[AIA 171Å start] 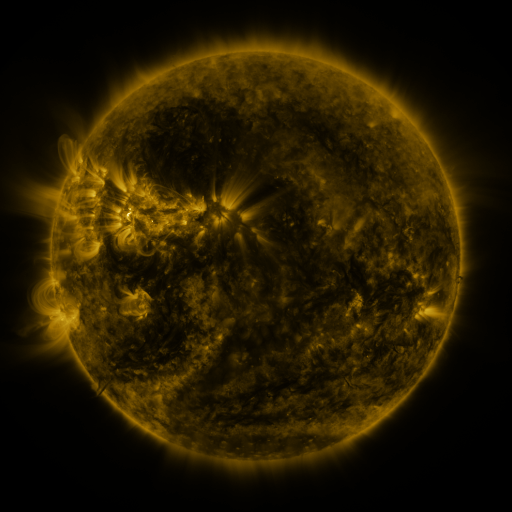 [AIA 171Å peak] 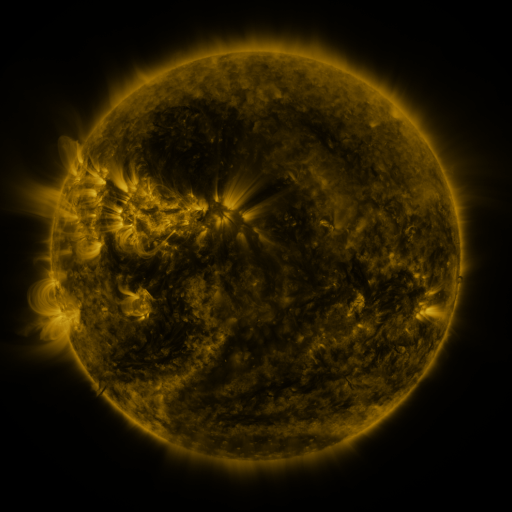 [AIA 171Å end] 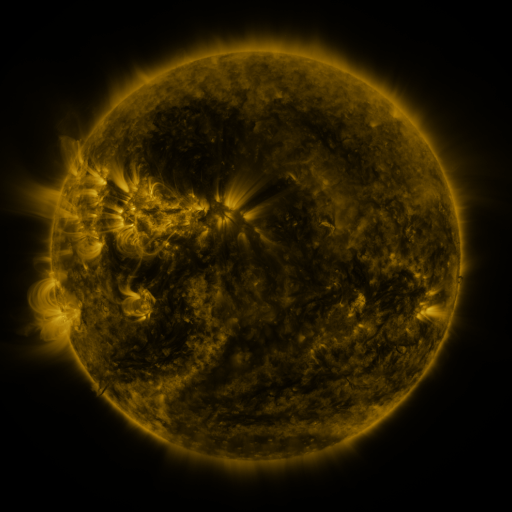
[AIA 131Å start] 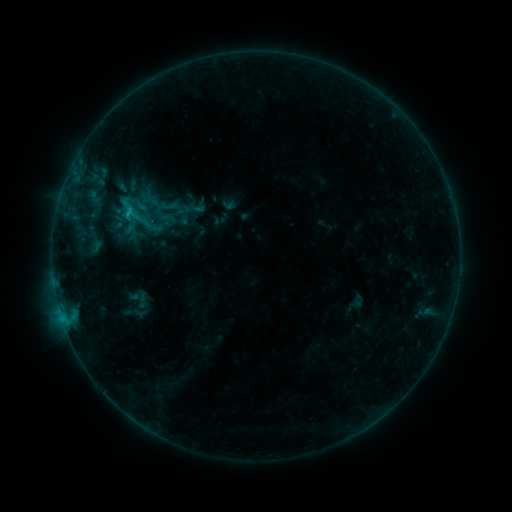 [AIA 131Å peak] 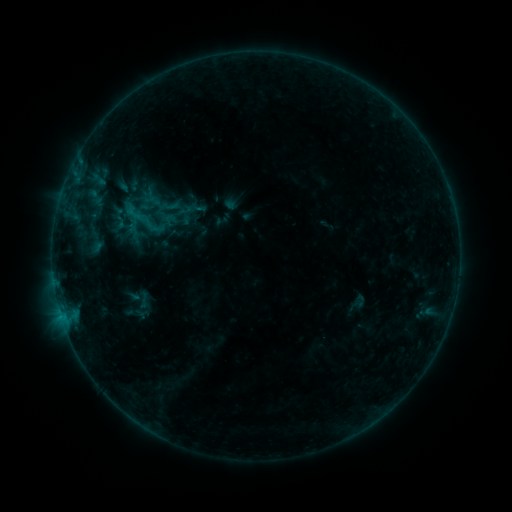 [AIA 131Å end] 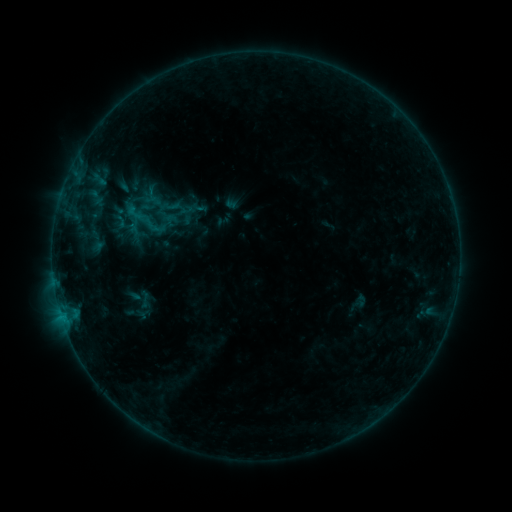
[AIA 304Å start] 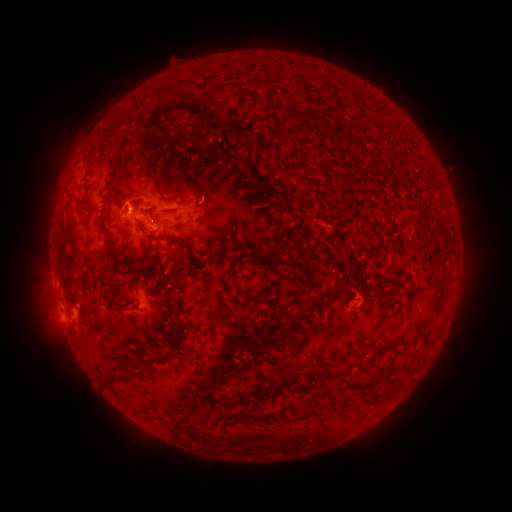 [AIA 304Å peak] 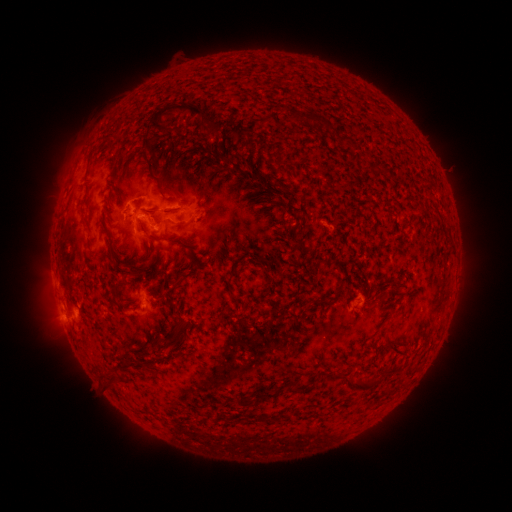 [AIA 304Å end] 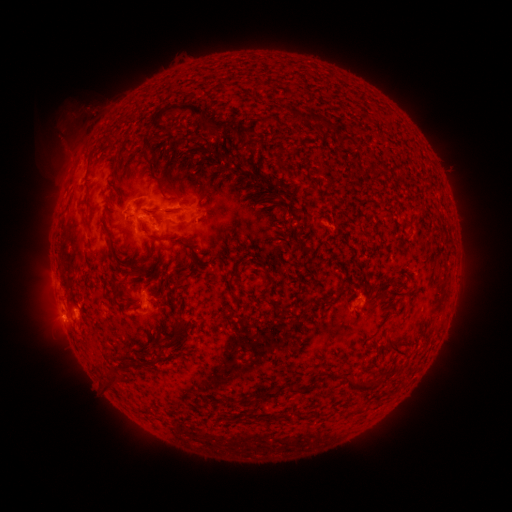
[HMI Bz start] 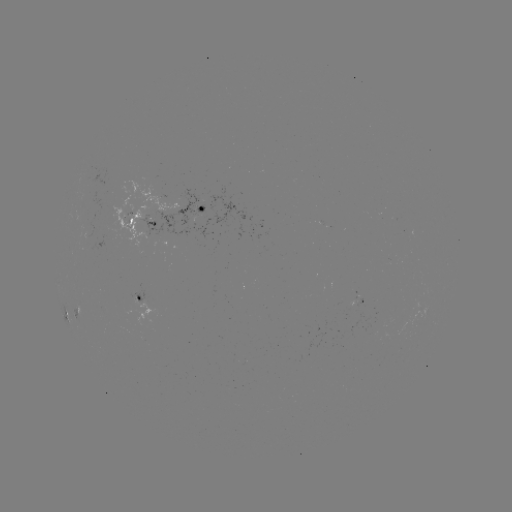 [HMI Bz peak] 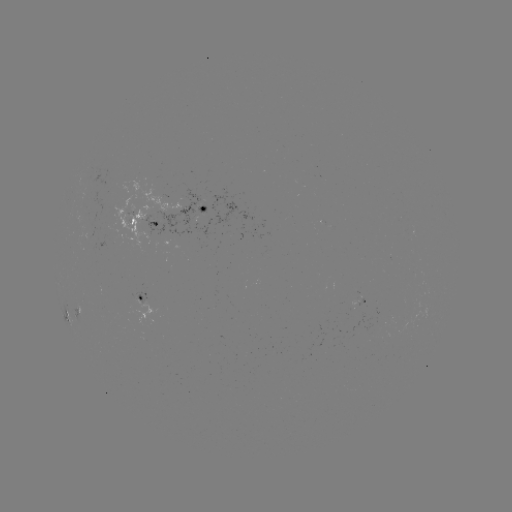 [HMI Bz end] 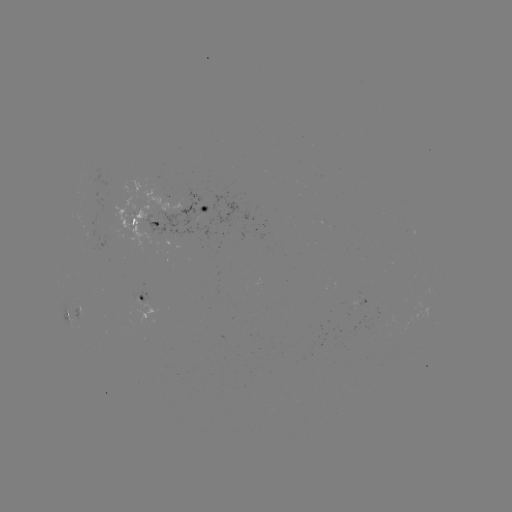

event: emerging-flux region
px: (199, 208)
